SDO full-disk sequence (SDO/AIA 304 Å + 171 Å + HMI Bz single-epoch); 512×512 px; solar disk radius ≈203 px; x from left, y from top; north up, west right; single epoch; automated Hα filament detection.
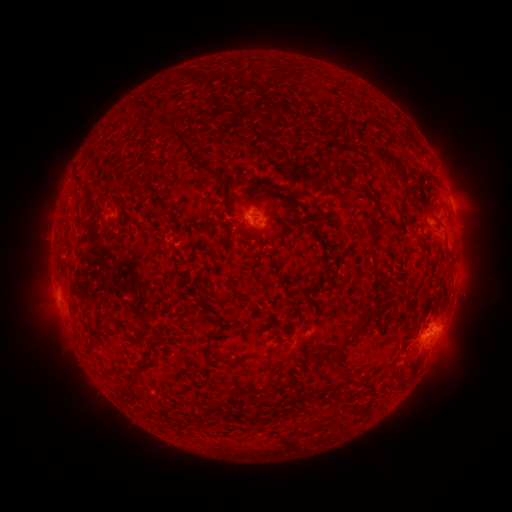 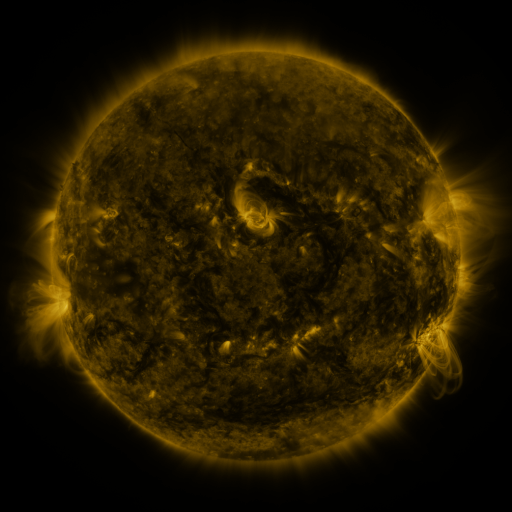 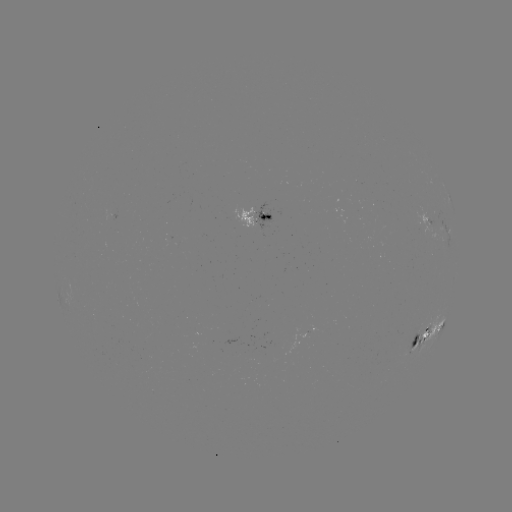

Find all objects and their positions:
filament: <bbox>145, 106, 177, 130</bbox>
filament: <bbox>170, 128, 191, 153</bbox>
filament: <bbox>189, 156, 219, 182</bbox>
filament: <bbox>392, 165, 408, 187</bbox>
filament: <bbox>344, 168, 355, 181</bbox>
filament: <bbox>250, 177, 306, 214</bbox>
filament: <bbox>240, 190, 258, 209</bbox>
filament: <bbox>348, 204, 361, 217</bbox>
filament: <bbox>240, 228, 264, 239</bbox>
filament: <bbox>201, 298, 214, 310</bbox>
filament: <bbox>288, 299, 299, 317</bbox>
filament: <bbox>331, 309, 379, 350</bbox>
filament: <bbox>271, 323, 280, 337</bbox>
filament: <bbox>210, 329, 225, 340</bbox>
filament: <bbox>411, 335, 419, 346</bbox>
filament: <bbox>209, 348, 245, 367</bbox>
filament: <bbox>135, 359, 152, 372</bbox>
filament: <bbox>404, 367, 414, 379</bbox>
